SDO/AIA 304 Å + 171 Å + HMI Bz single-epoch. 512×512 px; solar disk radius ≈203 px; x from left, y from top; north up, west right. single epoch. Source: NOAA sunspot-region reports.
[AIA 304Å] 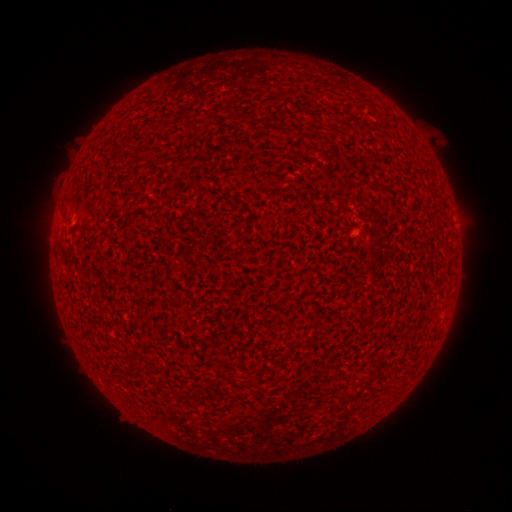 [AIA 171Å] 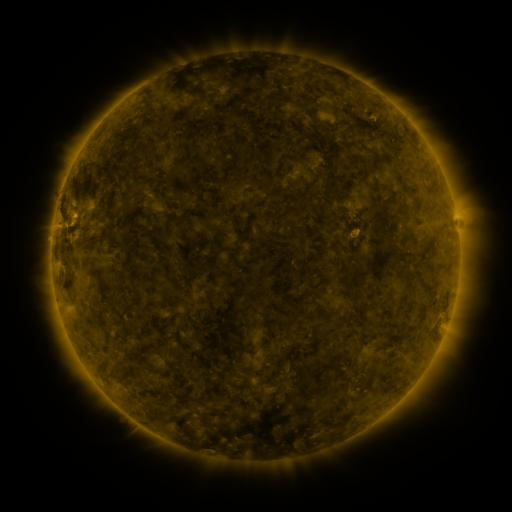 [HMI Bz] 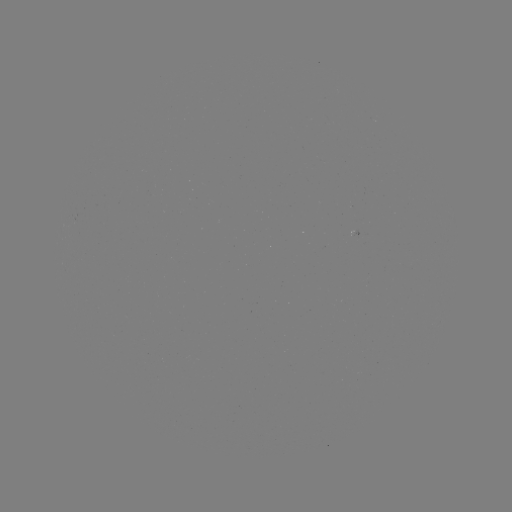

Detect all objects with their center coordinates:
(none)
